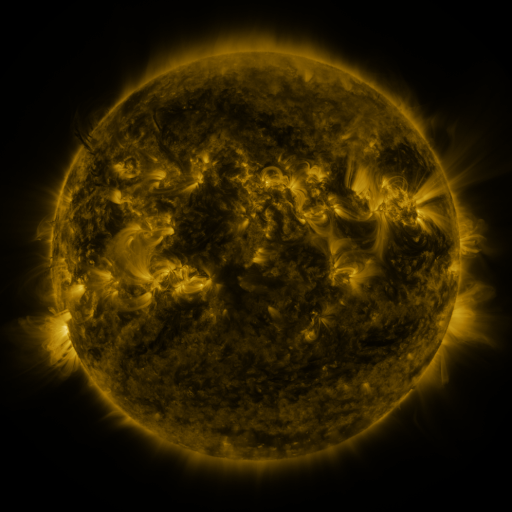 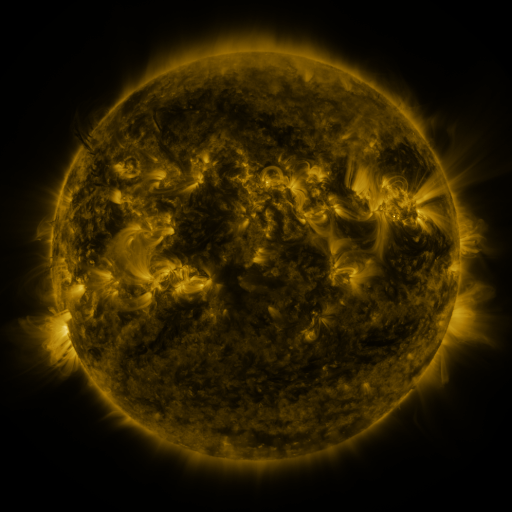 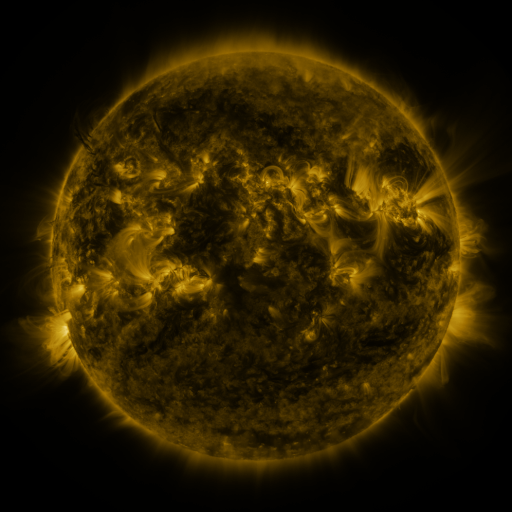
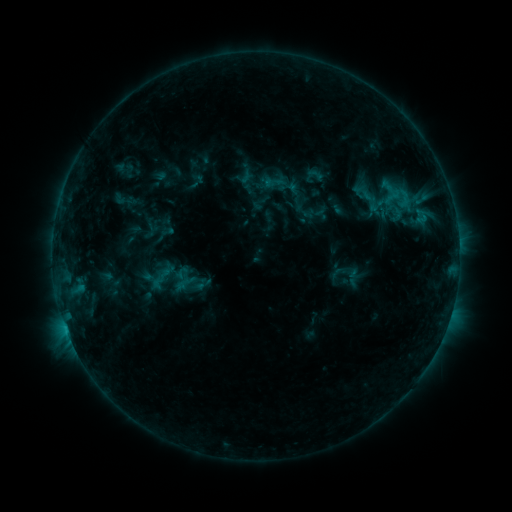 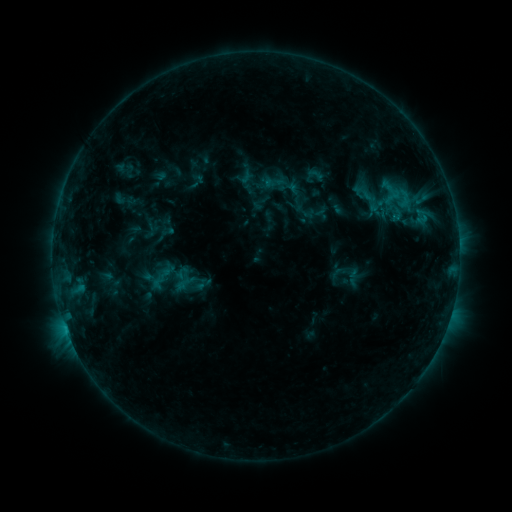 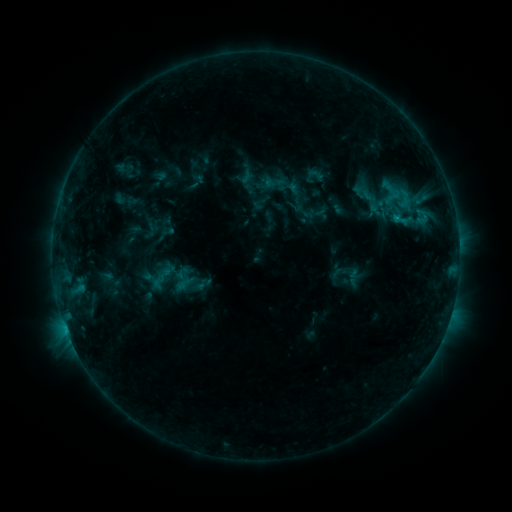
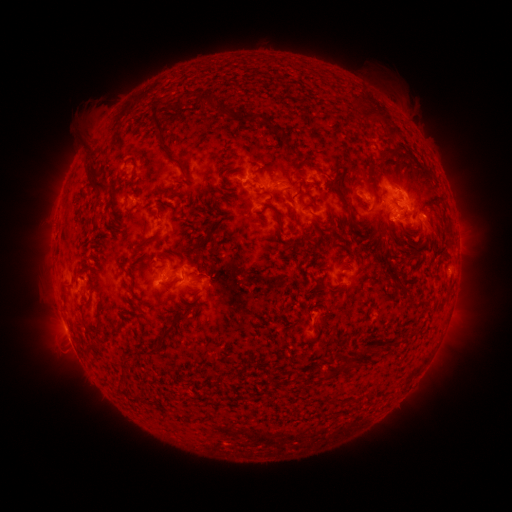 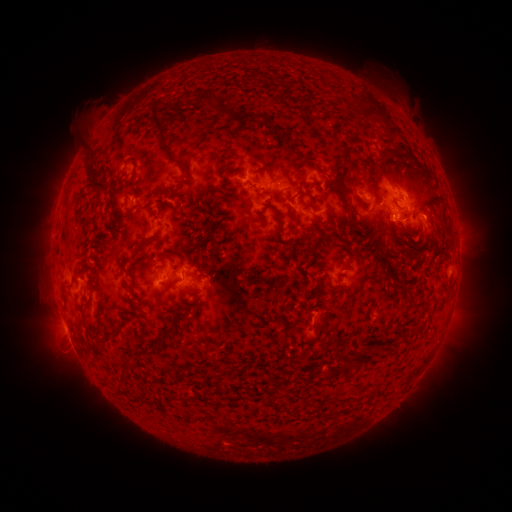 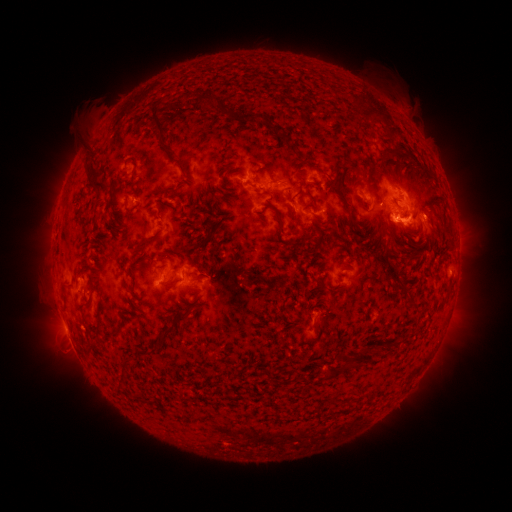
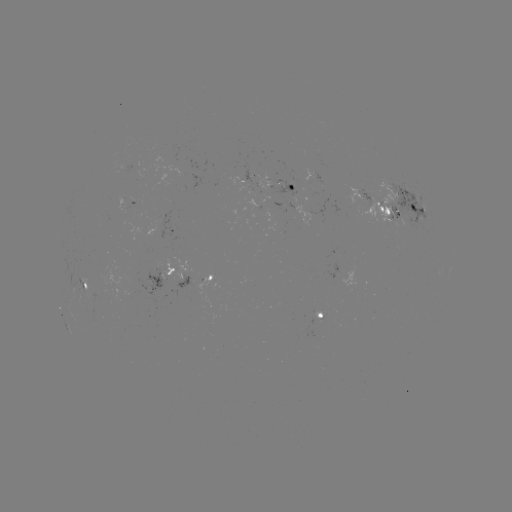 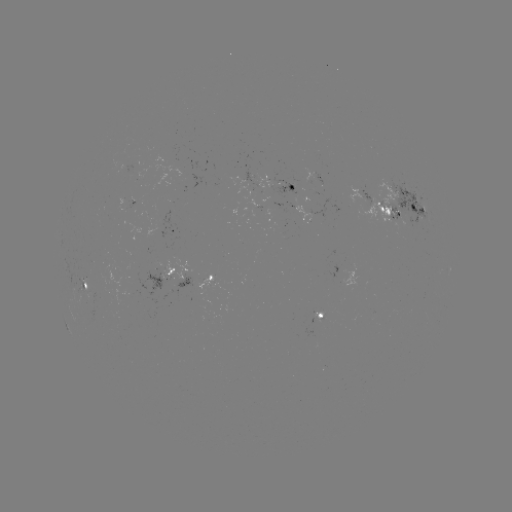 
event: flare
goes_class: B9.5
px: (396, 220)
